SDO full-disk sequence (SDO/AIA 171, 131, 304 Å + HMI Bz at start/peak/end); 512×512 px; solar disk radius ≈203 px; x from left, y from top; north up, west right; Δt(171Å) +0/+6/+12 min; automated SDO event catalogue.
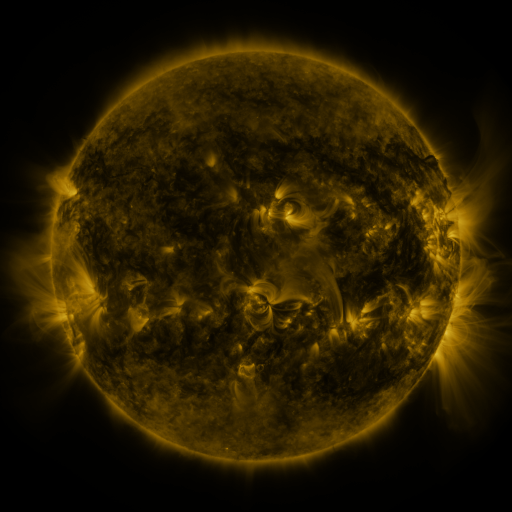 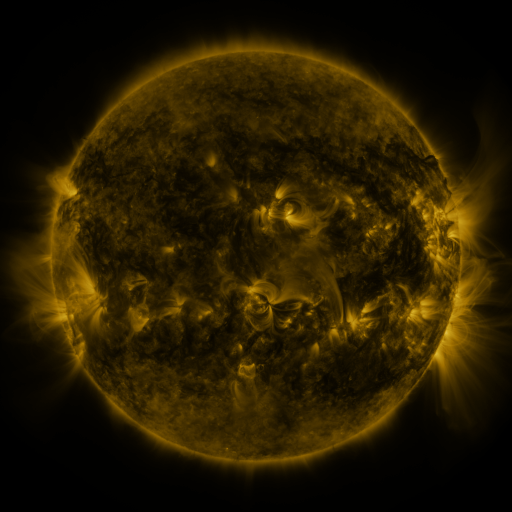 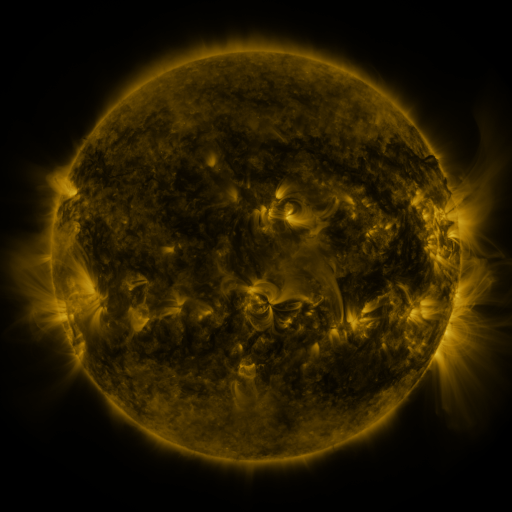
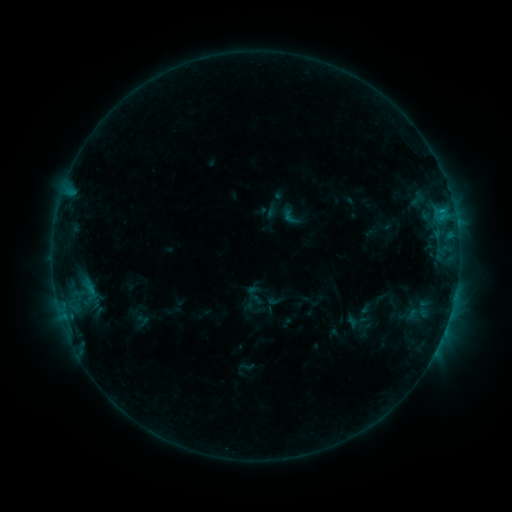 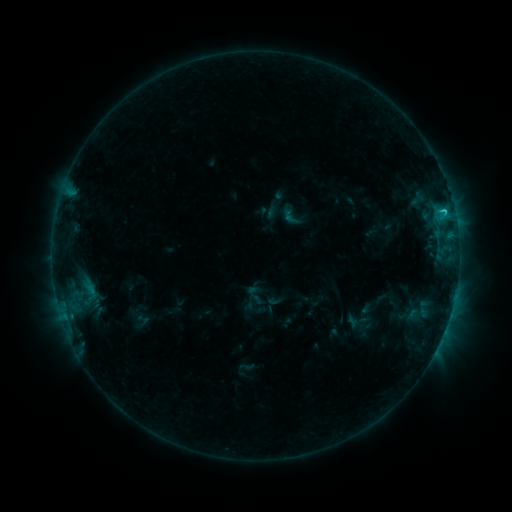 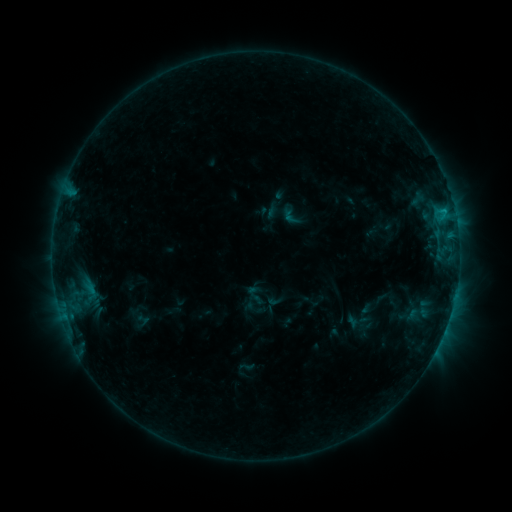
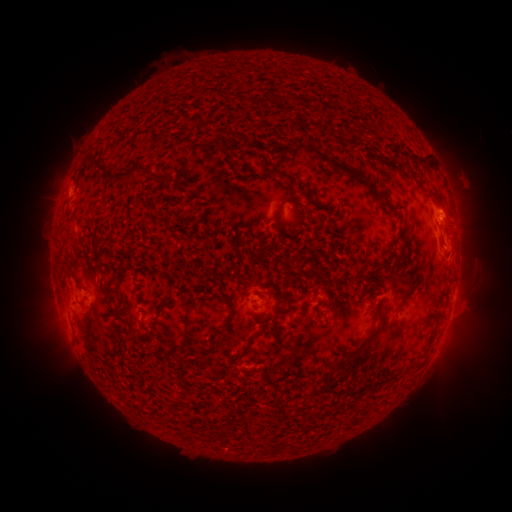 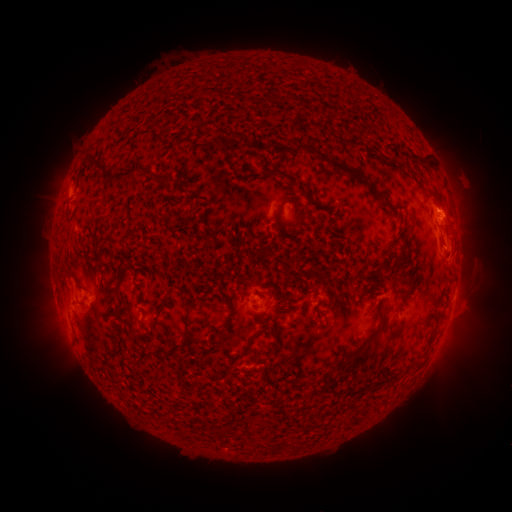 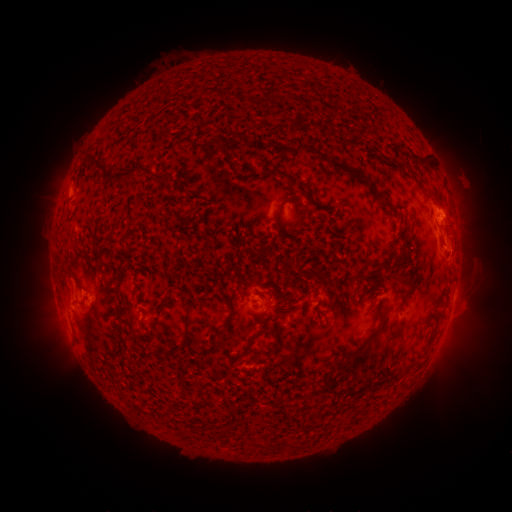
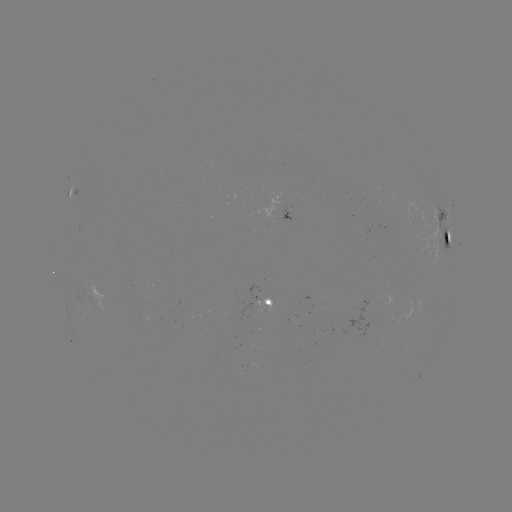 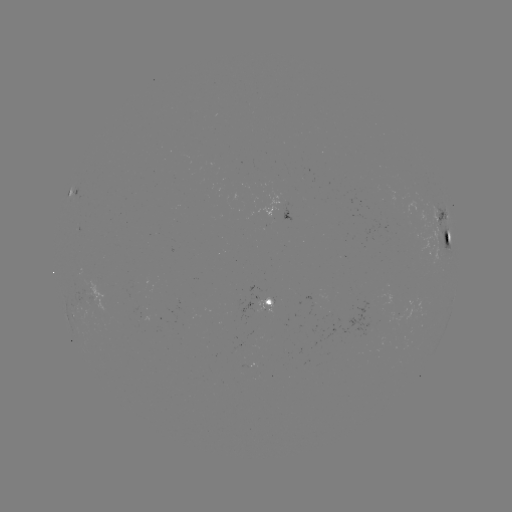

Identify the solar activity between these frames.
C1.0 flare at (442, 212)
